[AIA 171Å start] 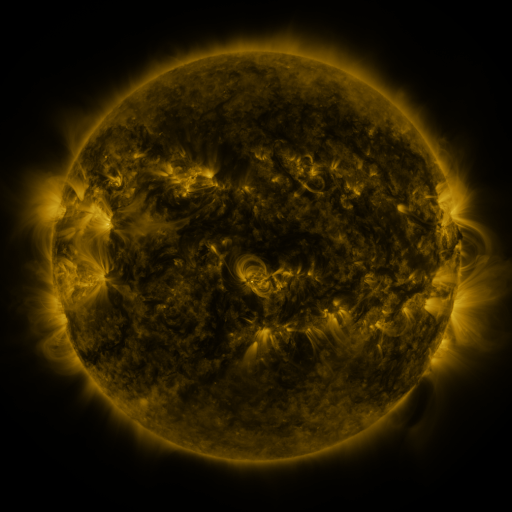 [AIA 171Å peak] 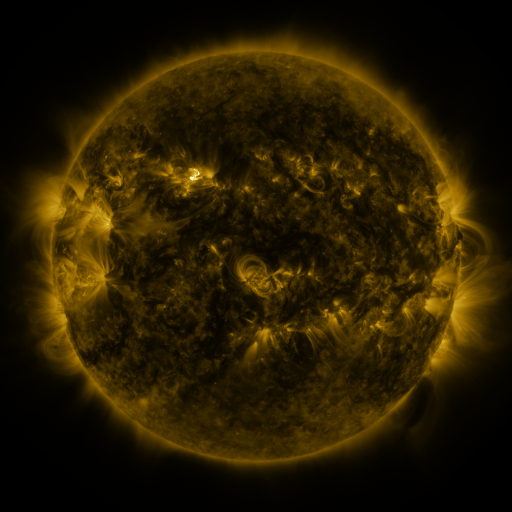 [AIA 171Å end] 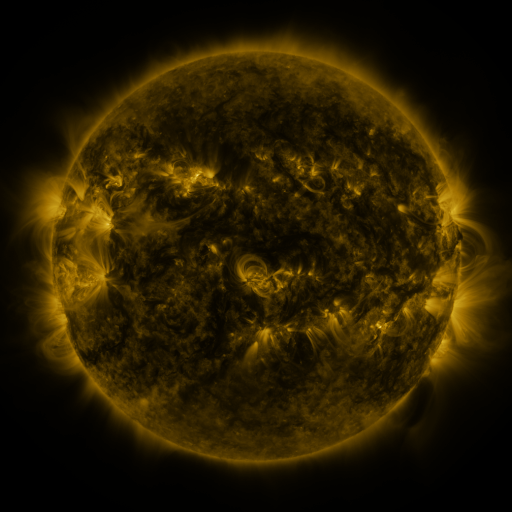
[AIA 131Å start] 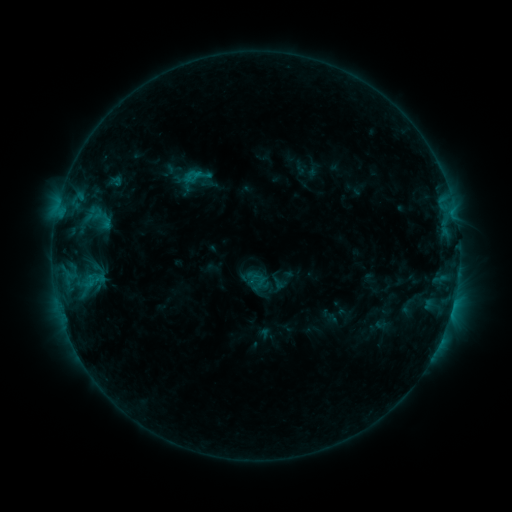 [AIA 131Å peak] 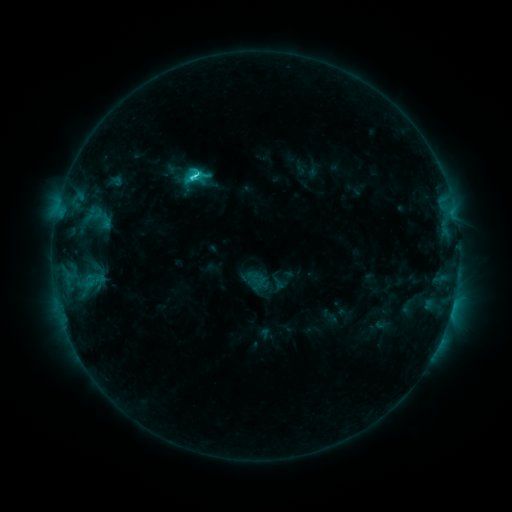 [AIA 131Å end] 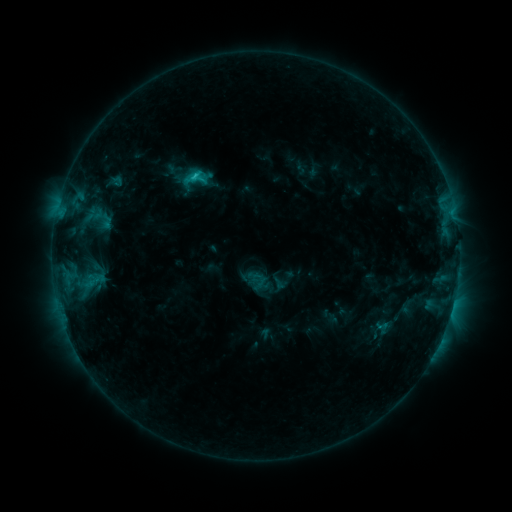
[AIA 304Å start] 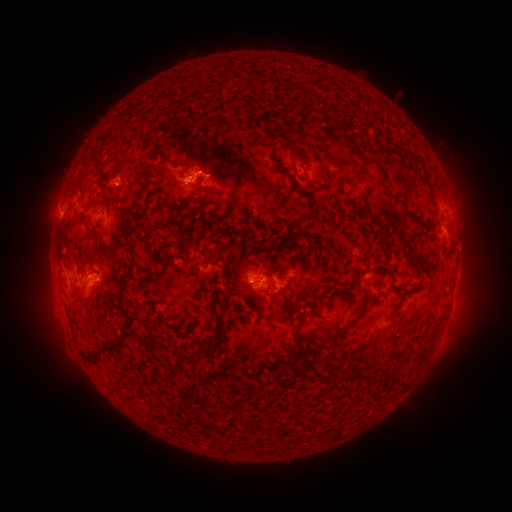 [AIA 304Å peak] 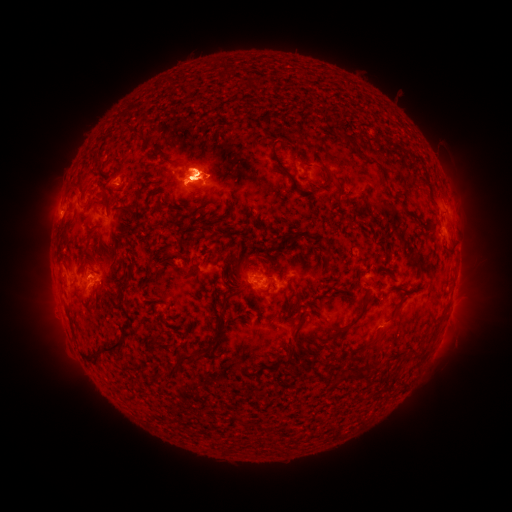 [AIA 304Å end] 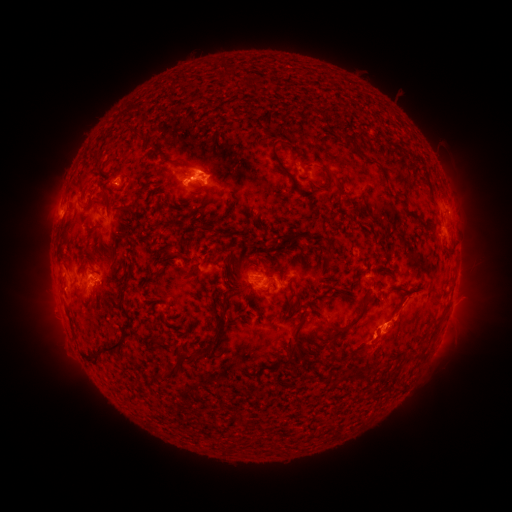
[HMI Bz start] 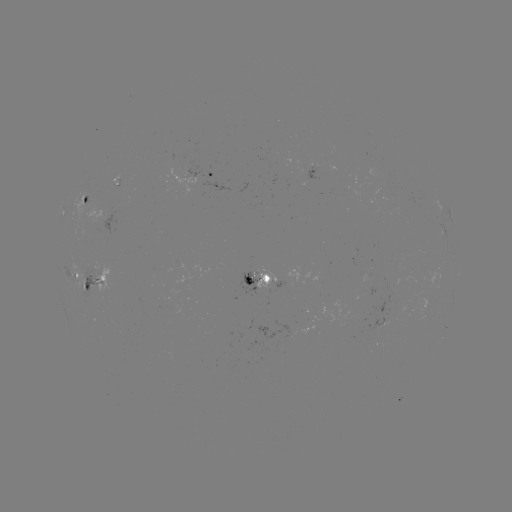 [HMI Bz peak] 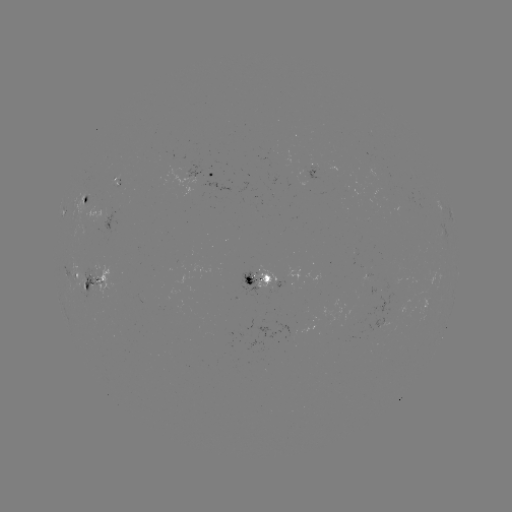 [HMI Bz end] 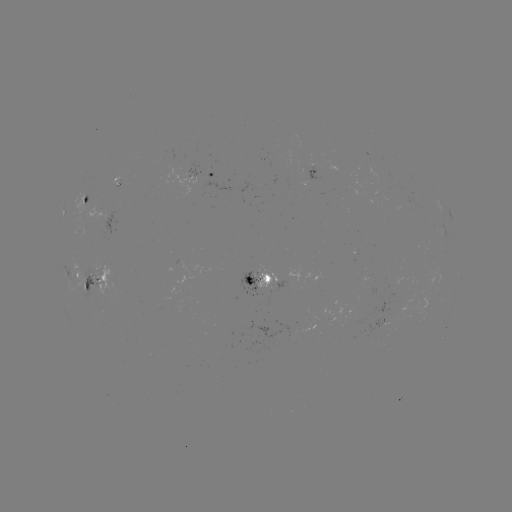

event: flare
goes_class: C2.7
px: (195, 179)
